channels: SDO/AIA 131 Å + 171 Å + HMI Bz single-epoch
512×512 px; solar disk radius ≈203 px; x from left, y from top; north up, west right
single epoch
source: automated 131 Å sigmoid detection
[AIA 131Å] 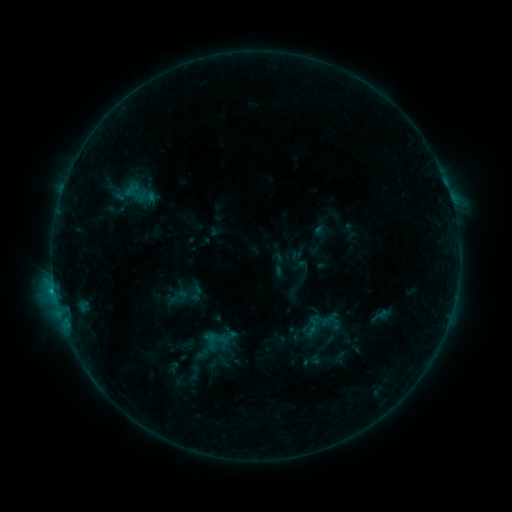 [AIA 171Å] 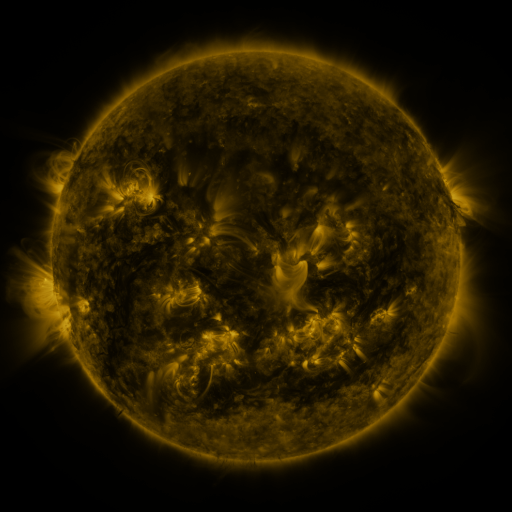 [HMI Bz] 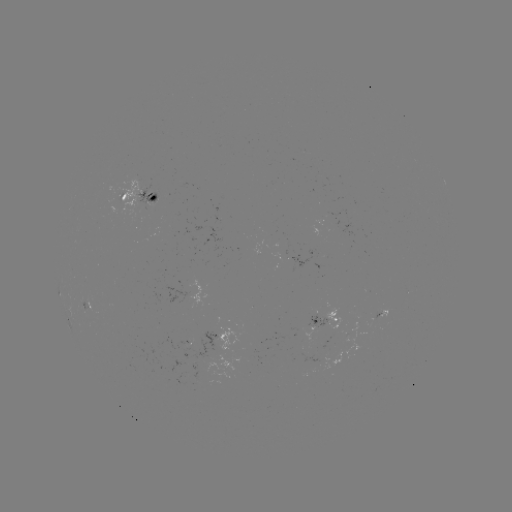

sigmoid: [166, 276, 205, 314]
